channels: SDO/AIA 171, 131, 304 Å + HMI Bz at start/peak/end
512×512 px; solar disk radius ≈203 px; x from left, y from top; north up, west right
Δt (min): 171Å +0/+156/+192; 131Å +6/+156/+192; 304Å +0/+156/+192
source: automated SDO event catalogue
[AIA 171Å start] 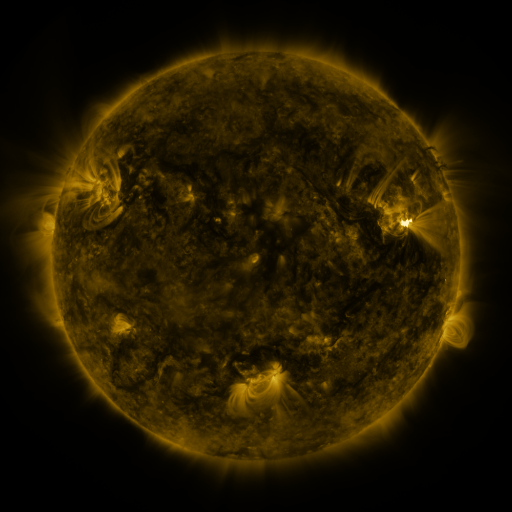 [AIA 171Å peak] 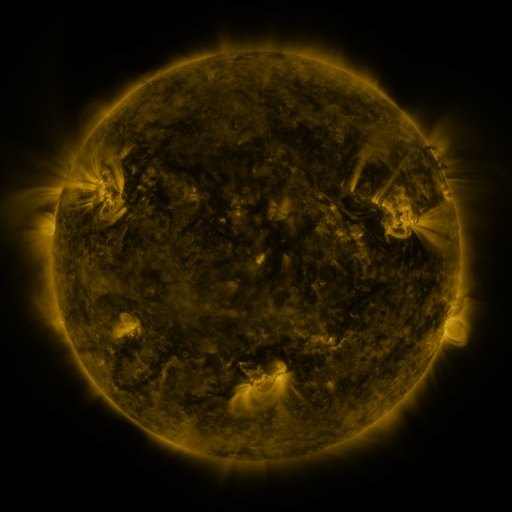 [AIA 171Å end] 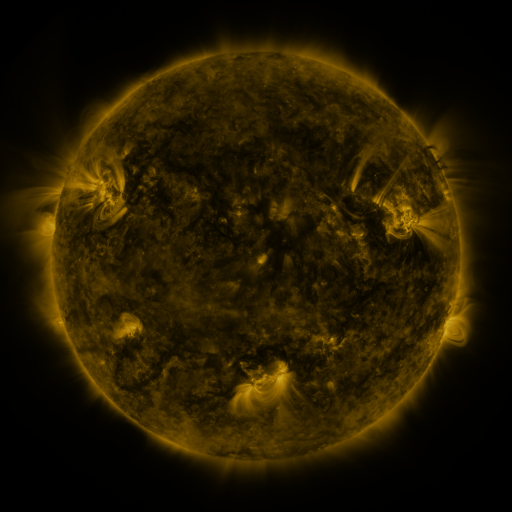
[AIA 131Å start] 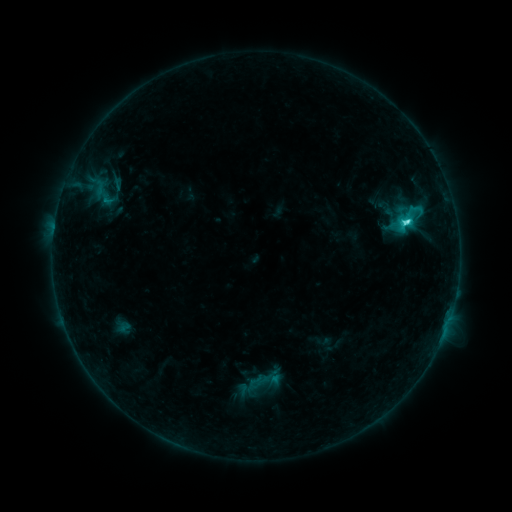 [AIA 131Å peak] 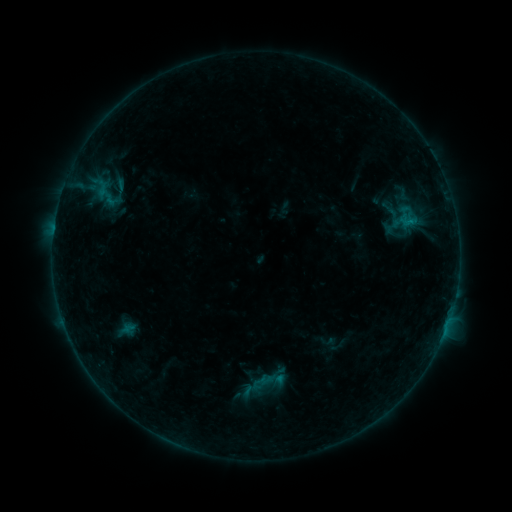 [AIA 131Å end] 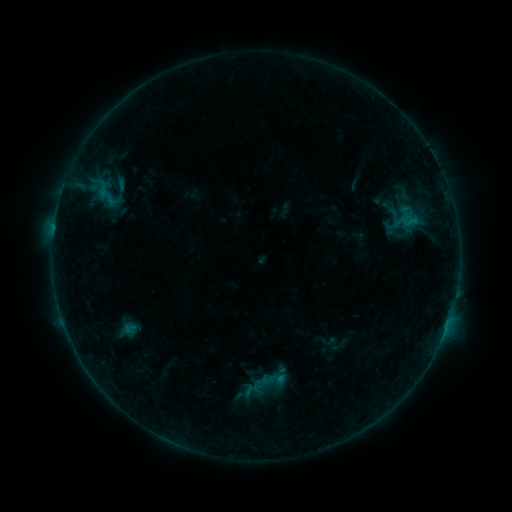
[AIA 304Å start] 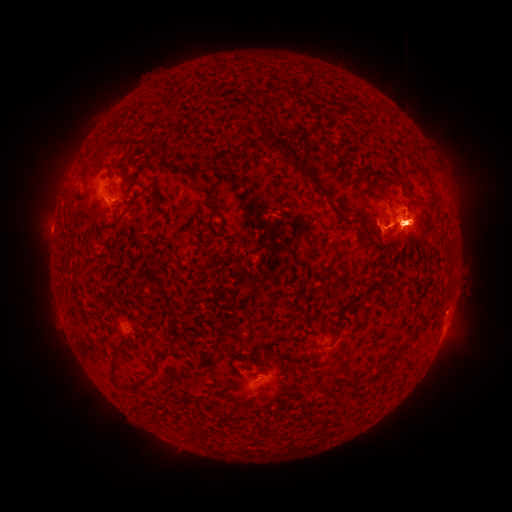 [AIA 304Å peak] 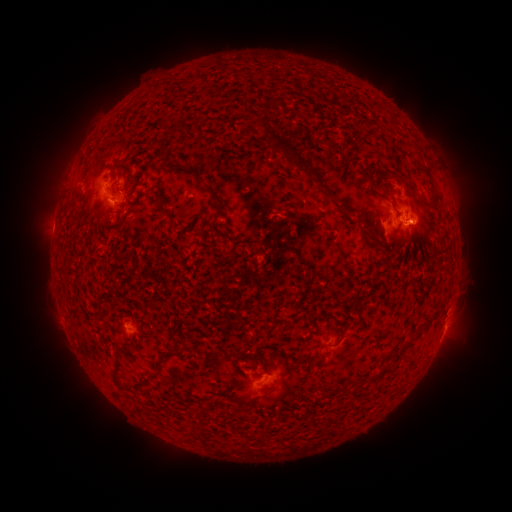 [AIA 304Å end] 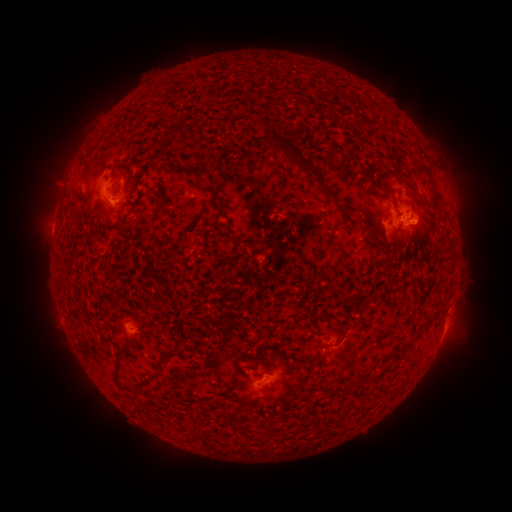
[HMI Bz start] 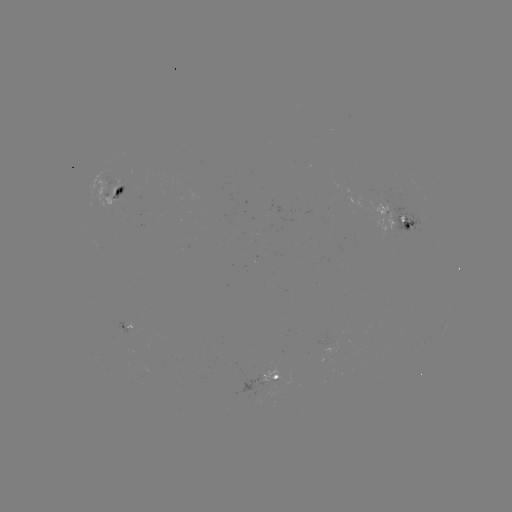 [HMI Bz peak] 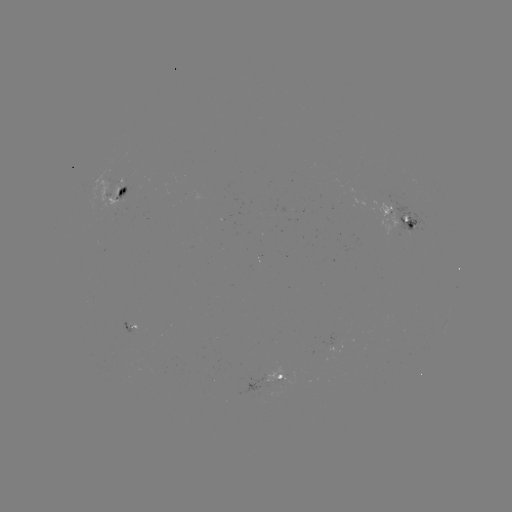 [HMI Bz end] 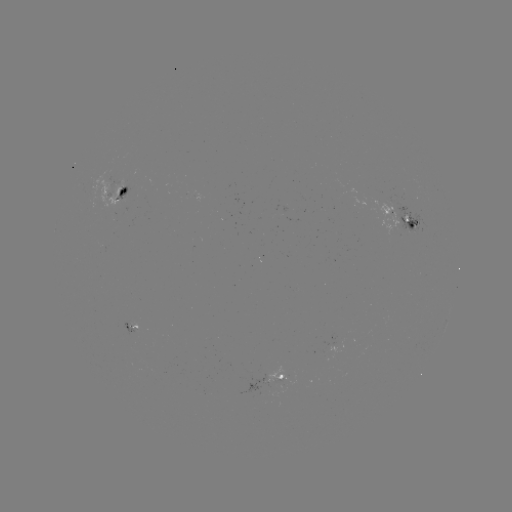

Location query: emerging-flux region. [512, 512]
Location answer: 107,193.